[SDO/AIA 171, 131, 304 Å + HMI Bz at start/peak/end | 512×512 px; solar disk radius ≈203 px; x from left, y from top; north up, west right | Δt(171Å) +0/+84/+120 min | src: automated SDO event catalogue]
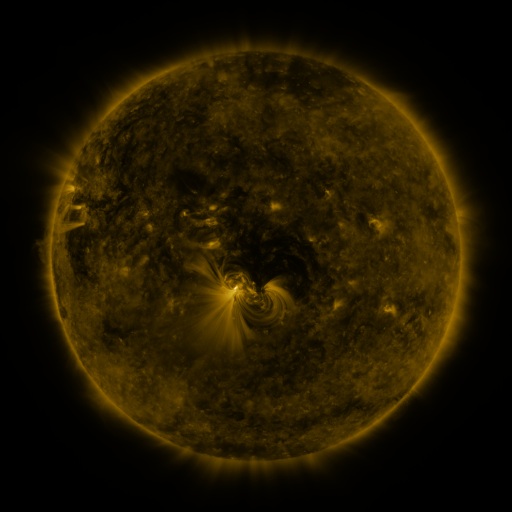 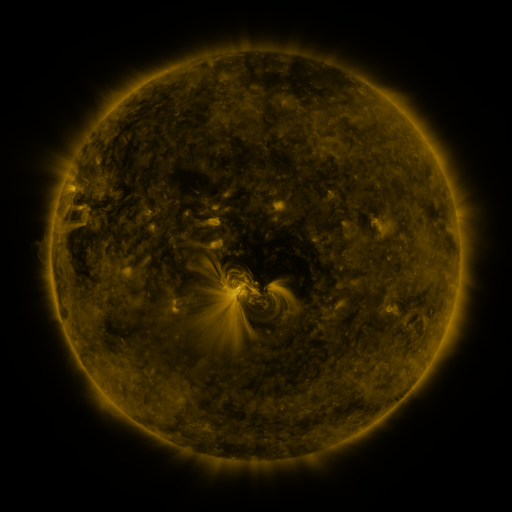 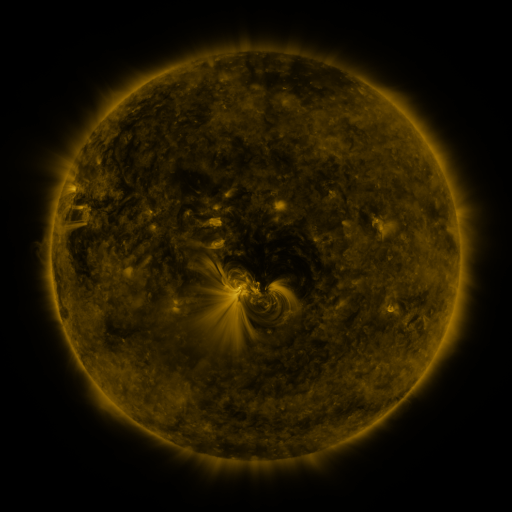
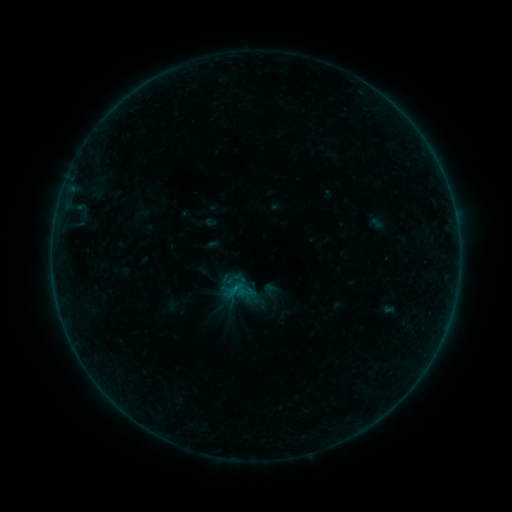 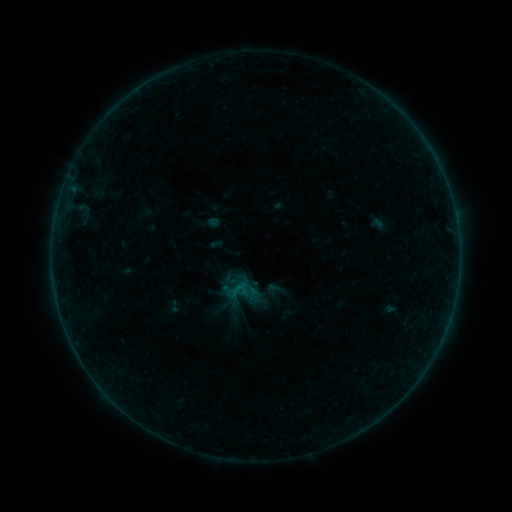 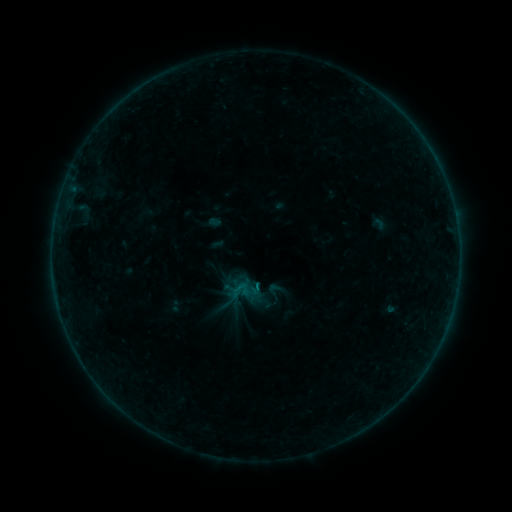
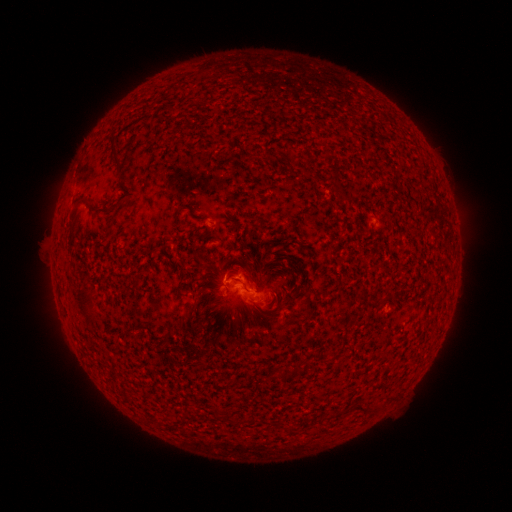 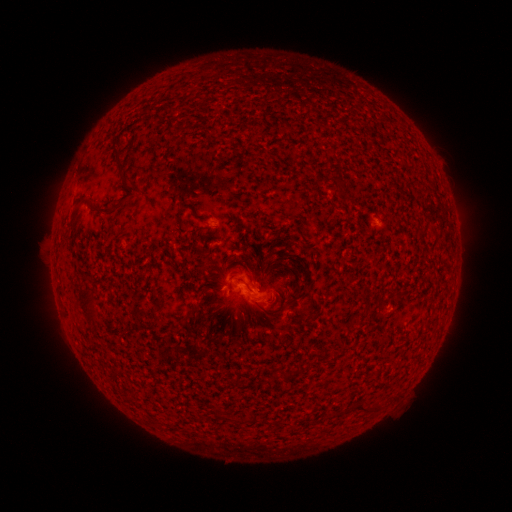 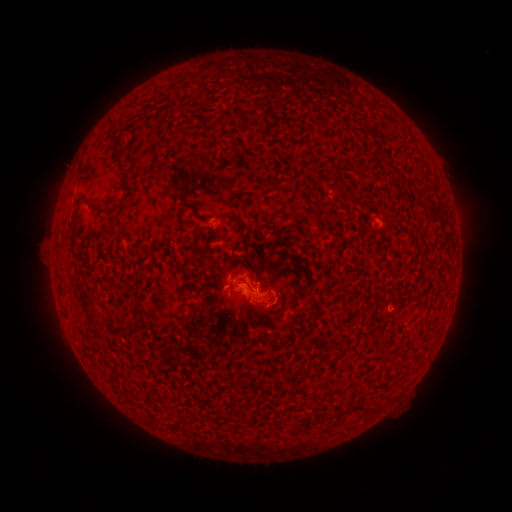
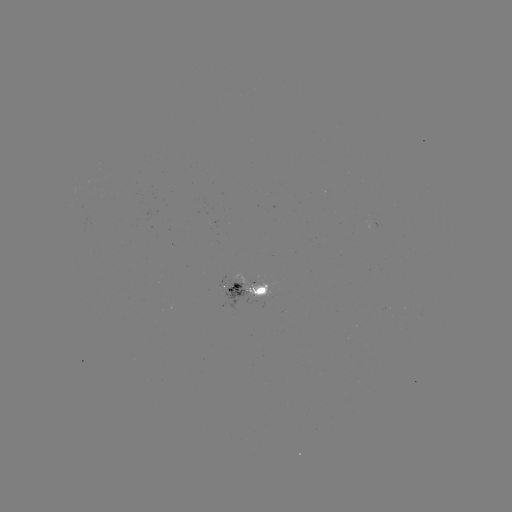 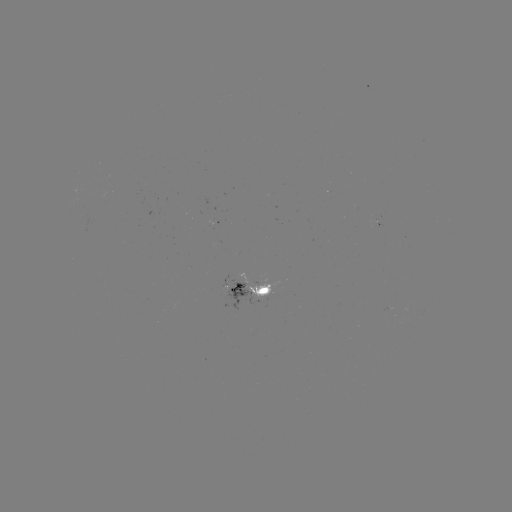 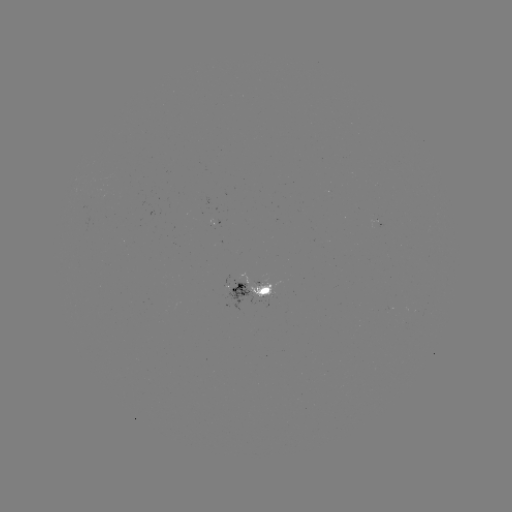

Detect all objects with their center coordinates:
emerging-flux region: (212, 224)
